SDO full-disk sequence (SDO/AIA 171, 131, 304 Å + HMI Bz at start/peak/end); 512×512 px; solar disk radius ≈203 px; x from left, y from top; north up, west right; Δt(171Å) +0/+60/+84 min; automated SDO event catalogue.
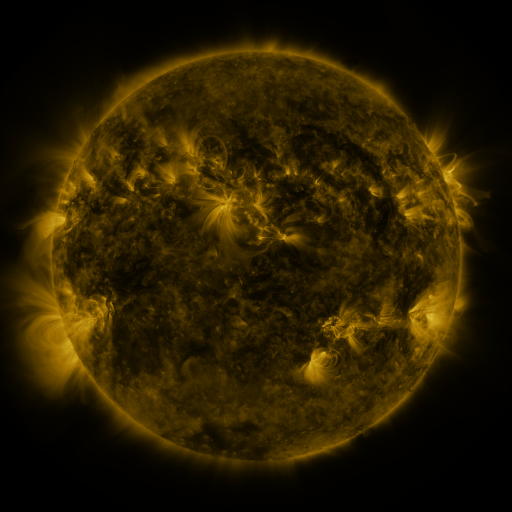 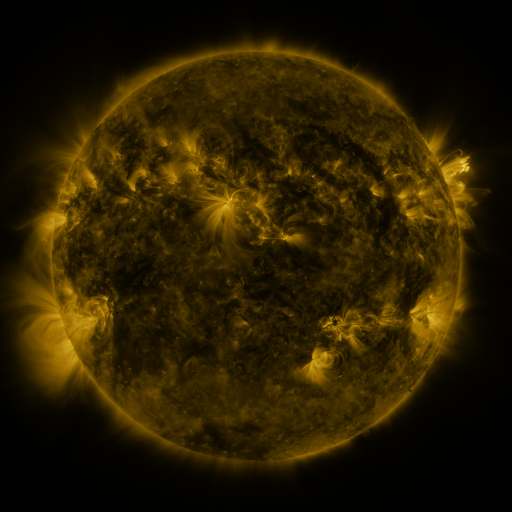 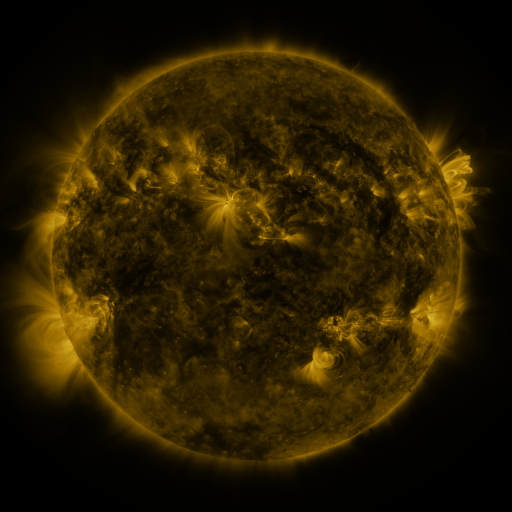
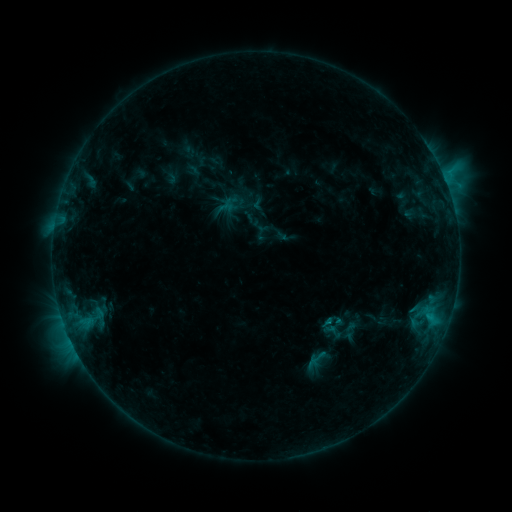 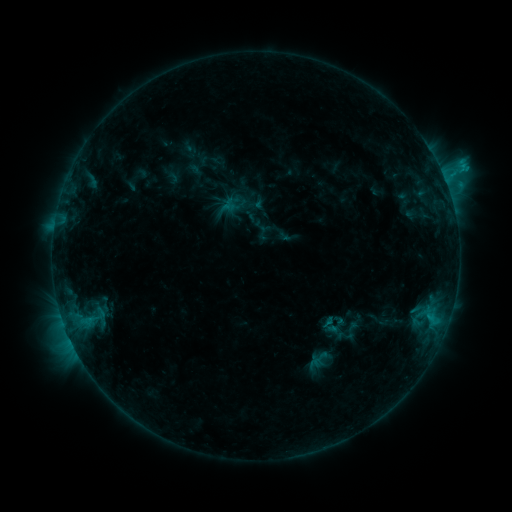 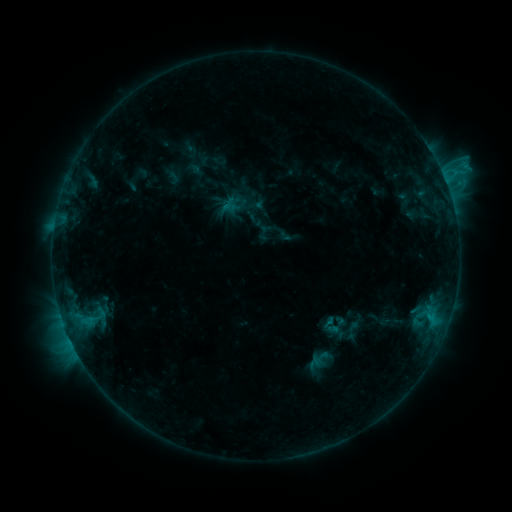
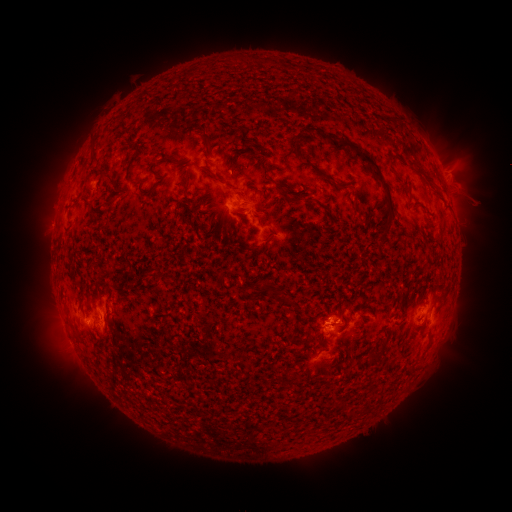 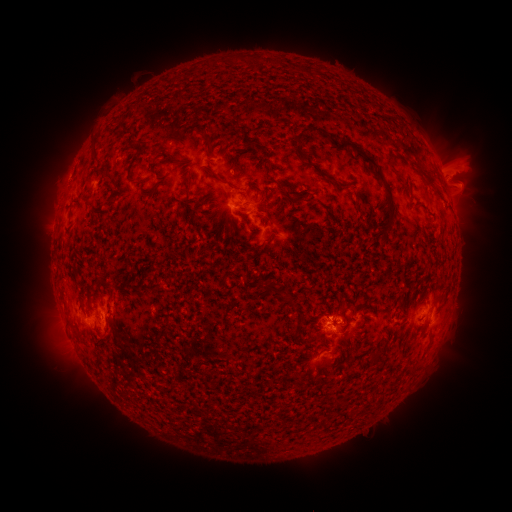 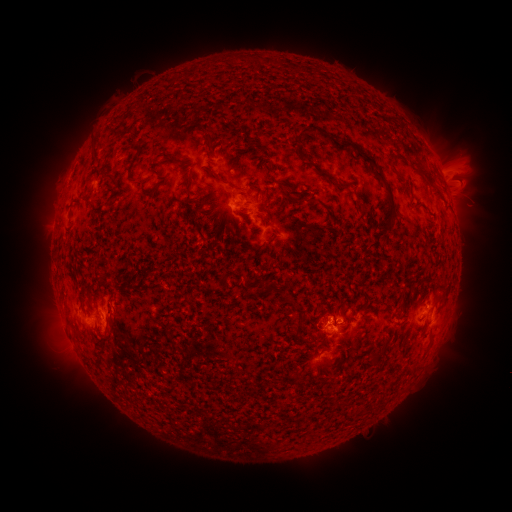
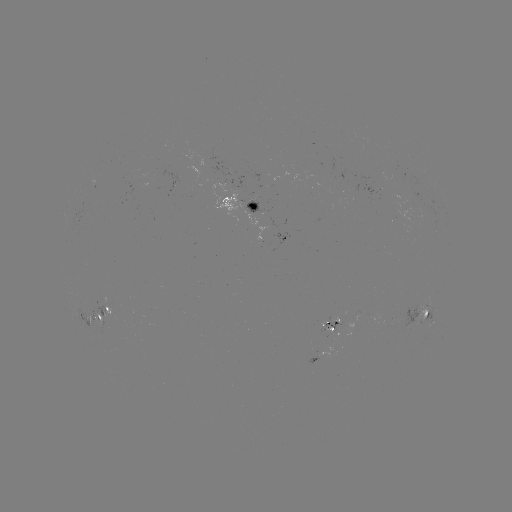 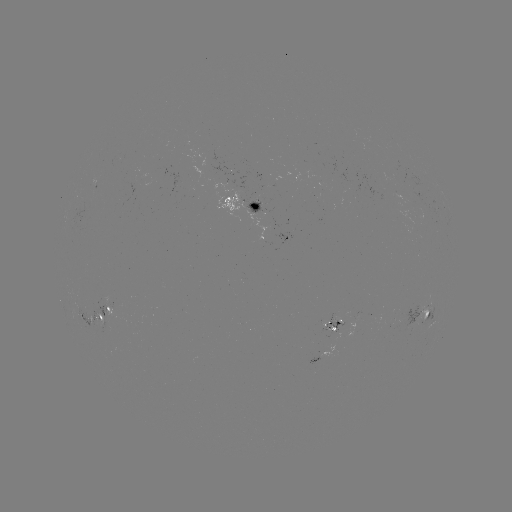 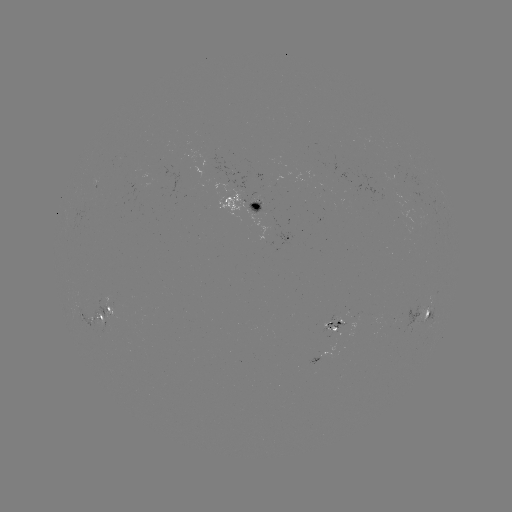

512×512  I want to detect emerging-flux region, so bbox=[245, 199, 266, 215].